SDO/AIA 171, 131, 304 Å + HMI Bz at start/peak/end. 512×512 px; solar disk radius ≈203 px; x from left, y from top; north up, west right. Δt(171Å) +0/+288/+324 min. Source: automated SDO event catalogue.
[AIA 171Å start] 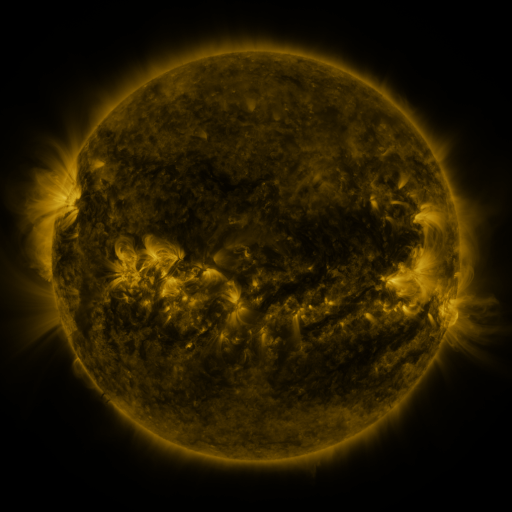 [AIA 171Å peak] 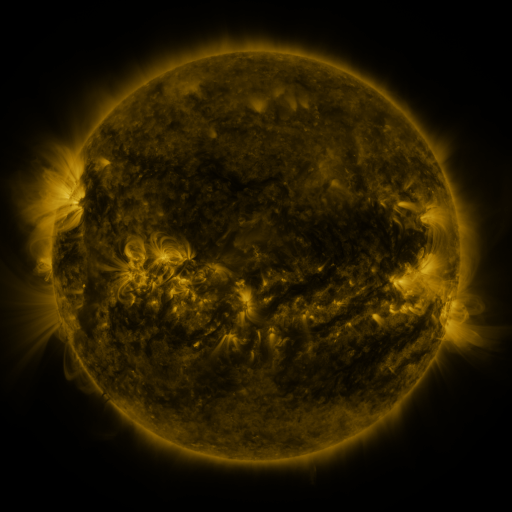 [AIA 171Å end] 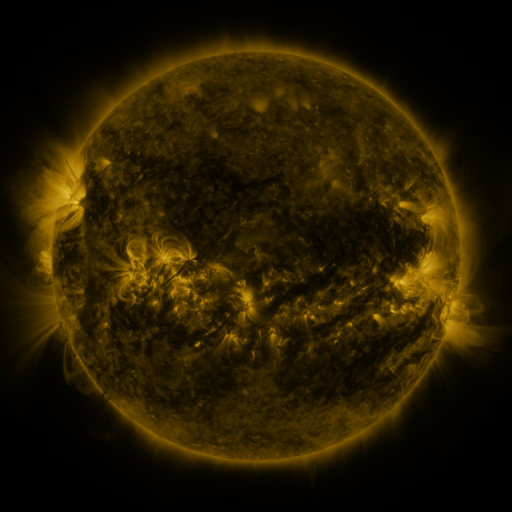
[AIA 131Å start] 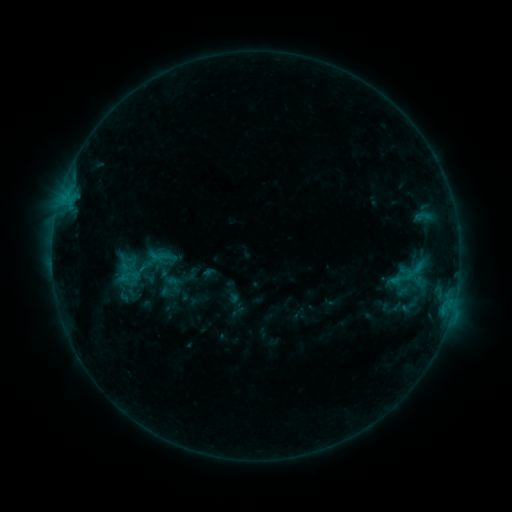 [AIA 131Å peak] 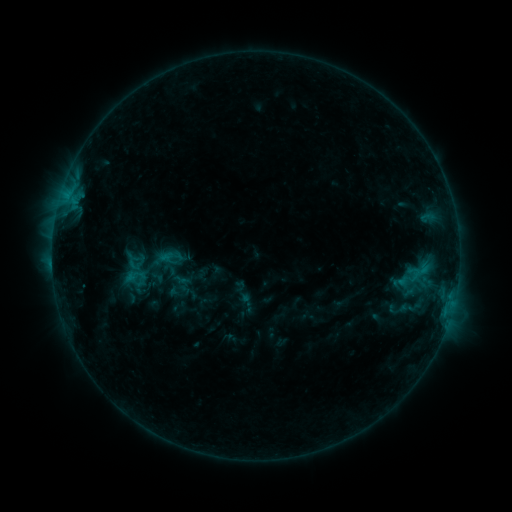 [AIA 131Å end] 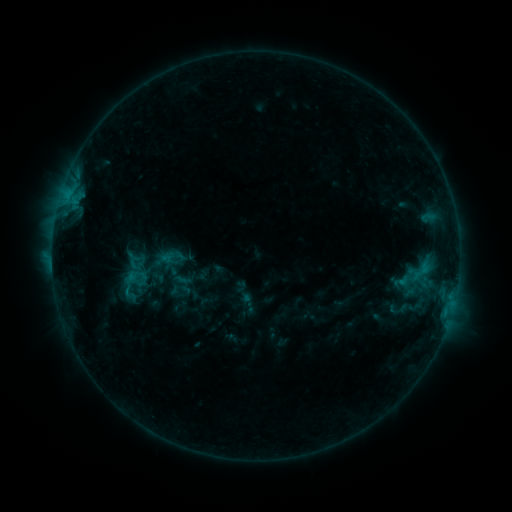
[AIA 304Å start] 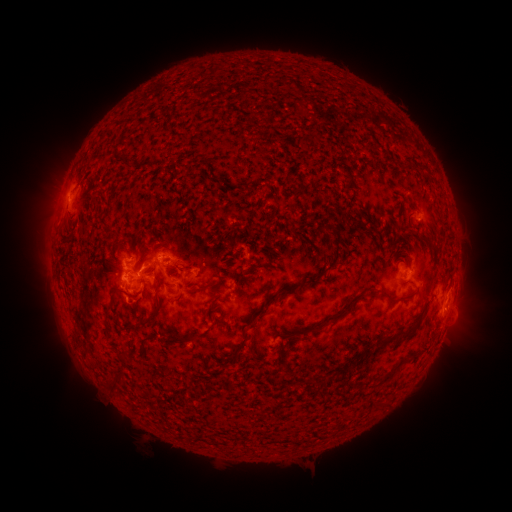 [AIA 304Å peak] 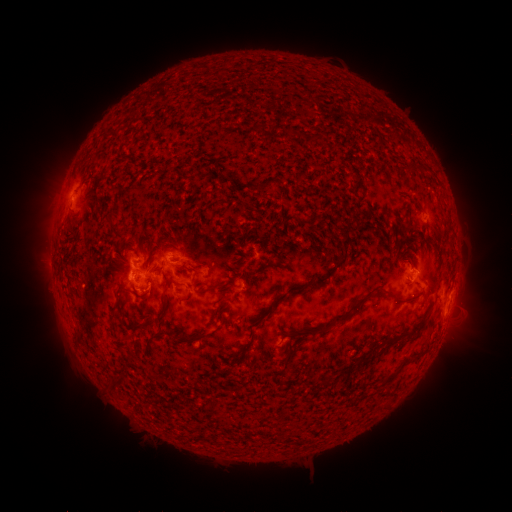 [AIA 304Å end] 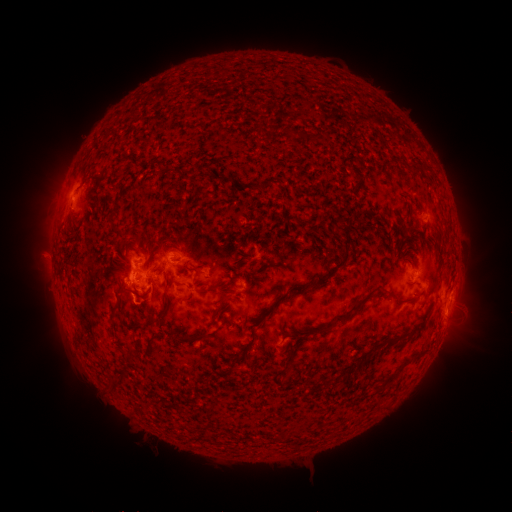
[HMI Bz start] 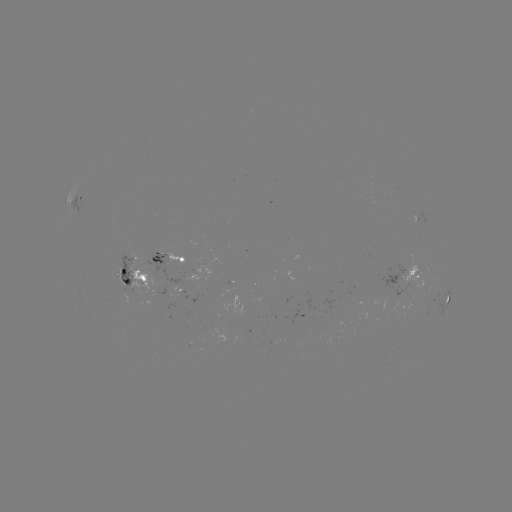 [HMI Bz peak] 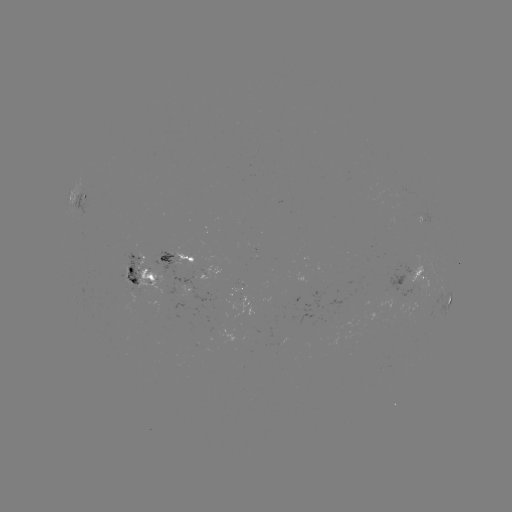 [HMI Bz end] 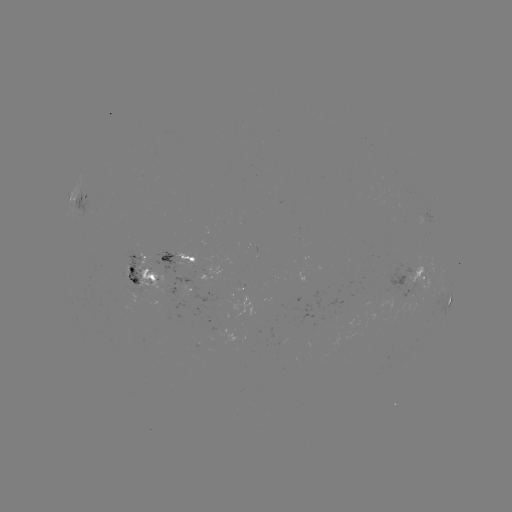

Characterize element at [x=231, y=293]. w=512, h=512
emerging-flux region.